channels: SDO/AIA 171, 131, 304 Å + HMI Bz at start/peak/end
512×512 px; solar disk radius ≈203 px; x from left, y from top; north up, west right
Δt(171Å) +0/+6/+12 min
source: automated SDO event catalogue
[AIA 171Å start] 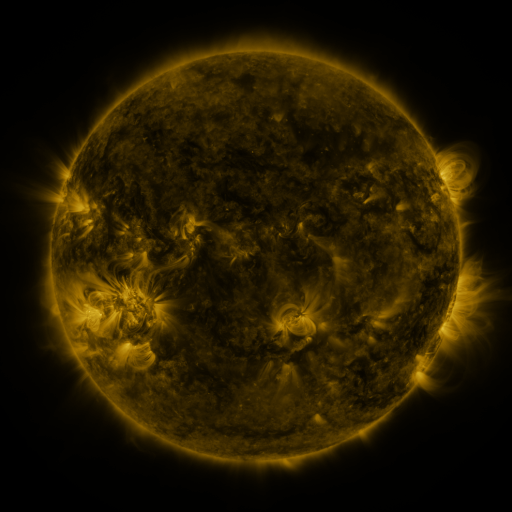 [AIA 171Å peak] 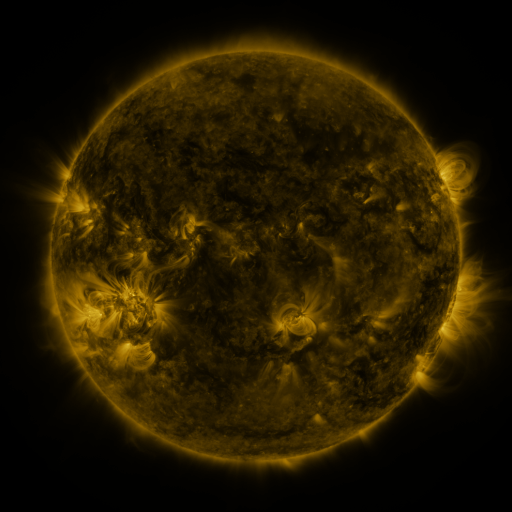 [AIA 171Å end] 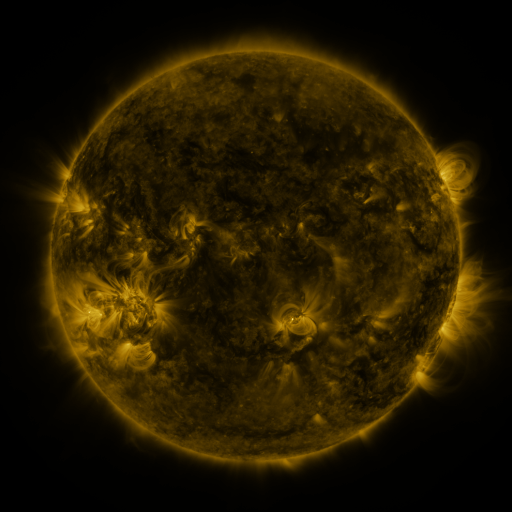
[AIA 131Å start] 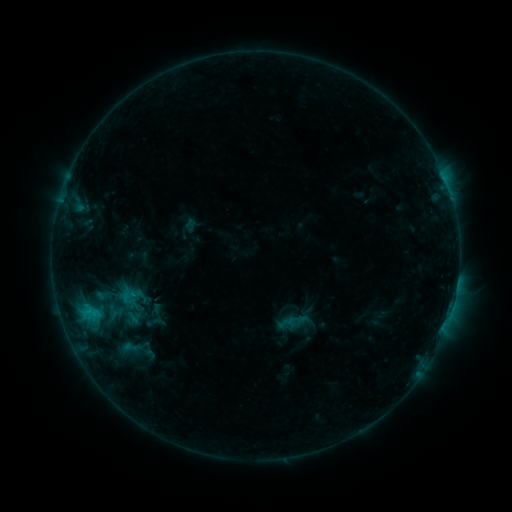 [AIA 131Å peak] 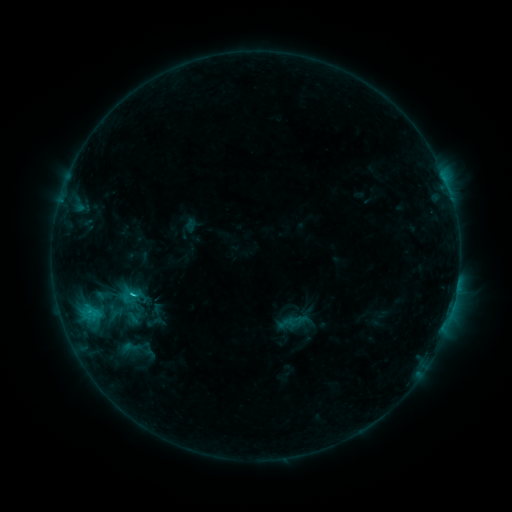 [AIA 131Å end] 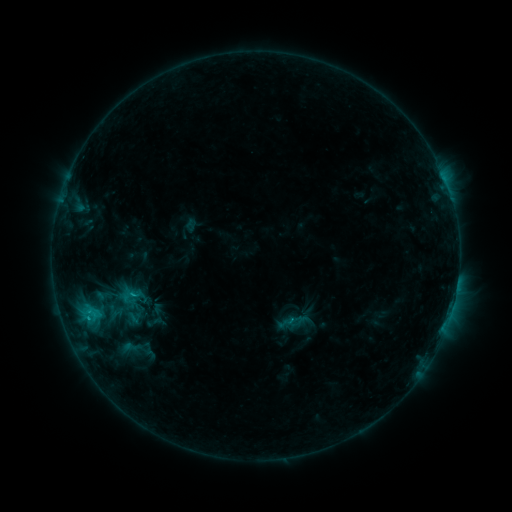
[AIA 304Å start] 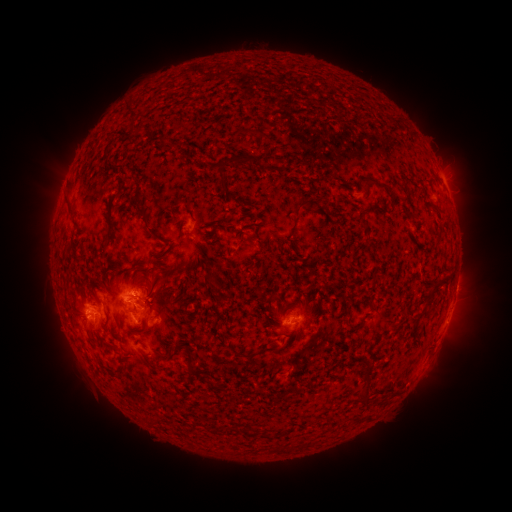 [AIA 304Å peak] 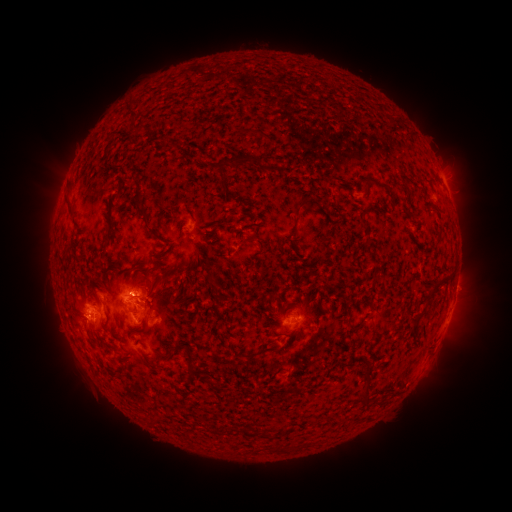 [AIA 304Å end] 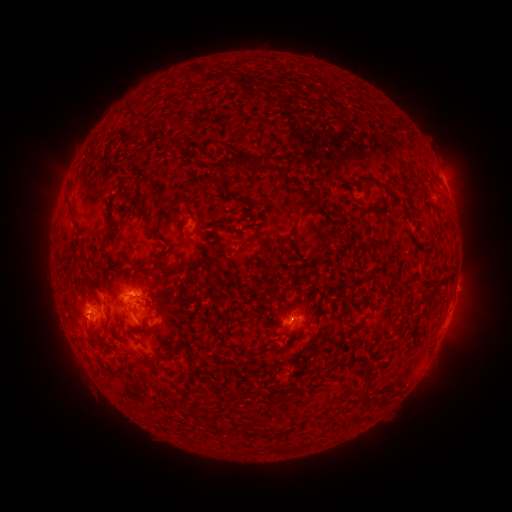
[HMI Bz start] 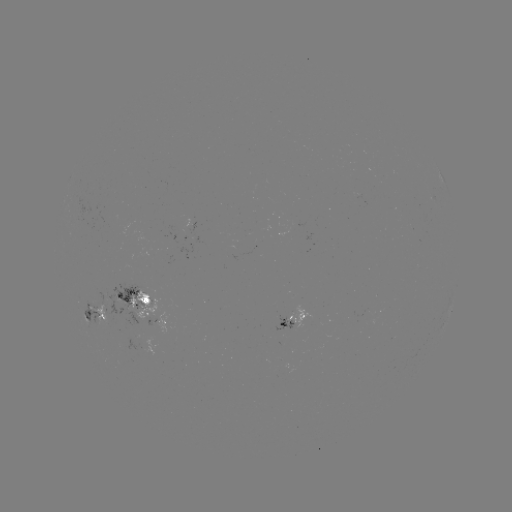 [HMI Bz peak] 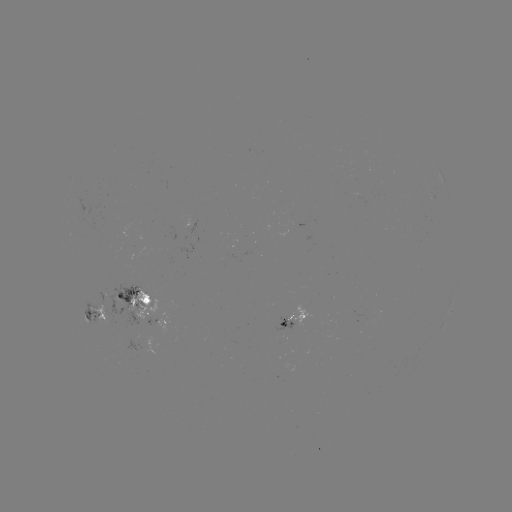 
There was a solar flare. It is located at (134, 293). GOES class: C1.5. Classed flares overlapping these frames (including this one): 1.